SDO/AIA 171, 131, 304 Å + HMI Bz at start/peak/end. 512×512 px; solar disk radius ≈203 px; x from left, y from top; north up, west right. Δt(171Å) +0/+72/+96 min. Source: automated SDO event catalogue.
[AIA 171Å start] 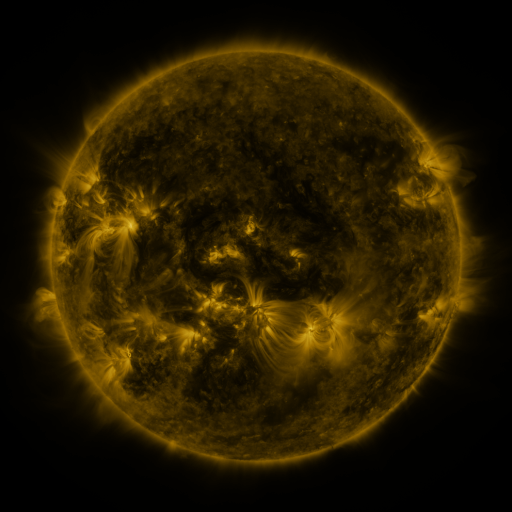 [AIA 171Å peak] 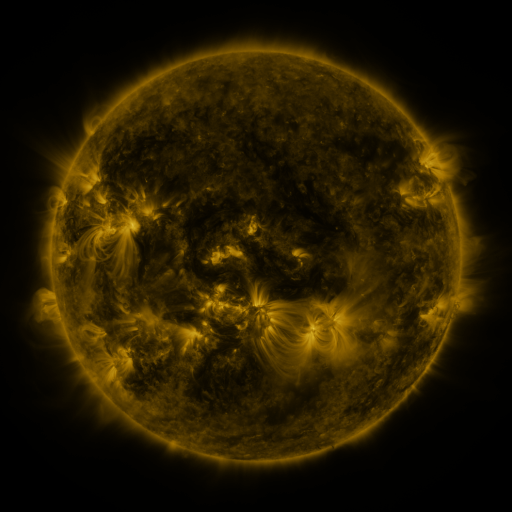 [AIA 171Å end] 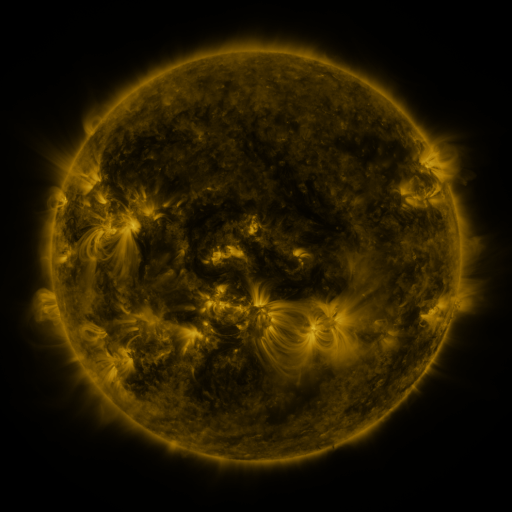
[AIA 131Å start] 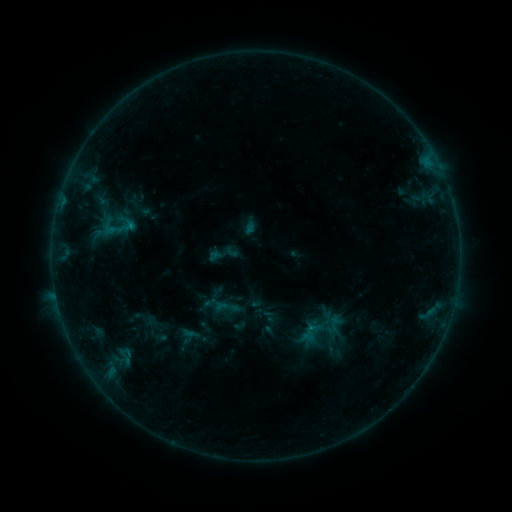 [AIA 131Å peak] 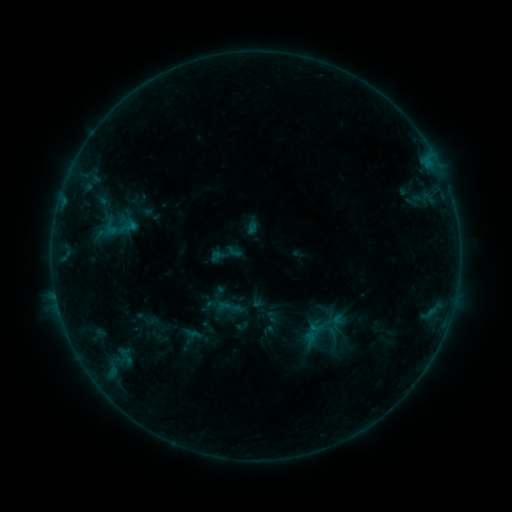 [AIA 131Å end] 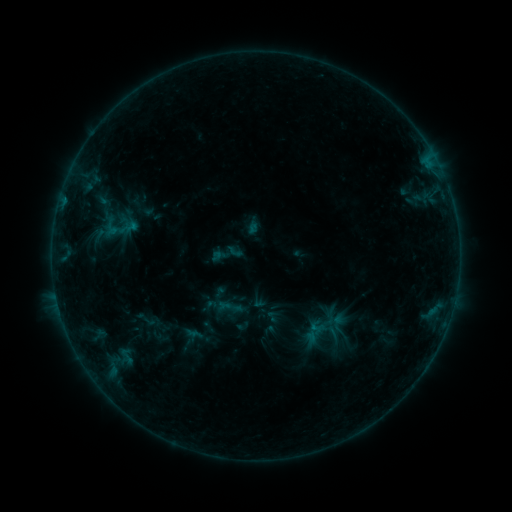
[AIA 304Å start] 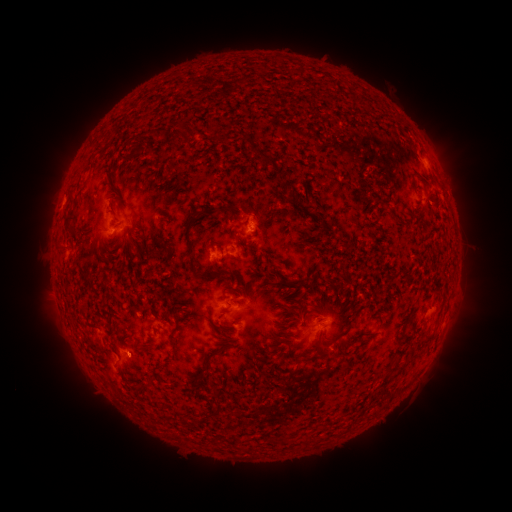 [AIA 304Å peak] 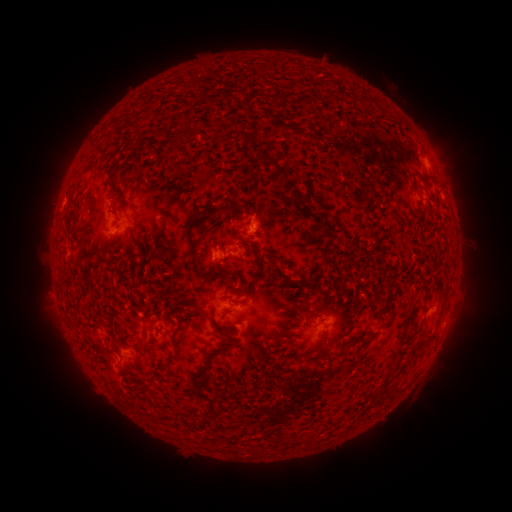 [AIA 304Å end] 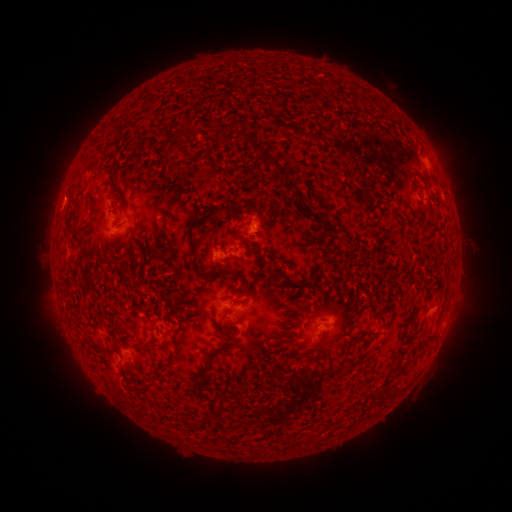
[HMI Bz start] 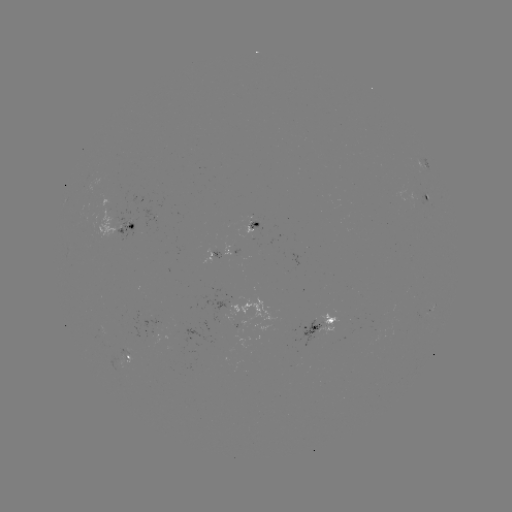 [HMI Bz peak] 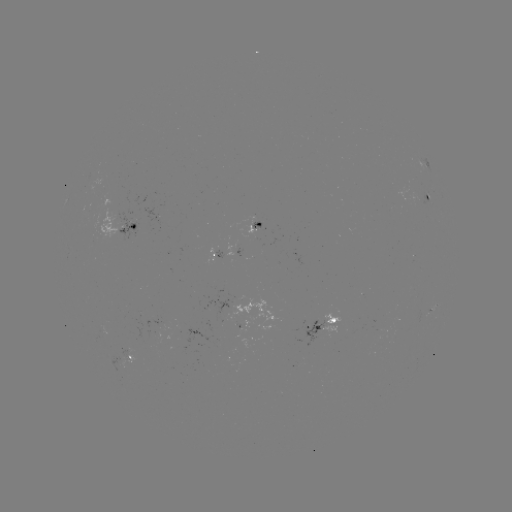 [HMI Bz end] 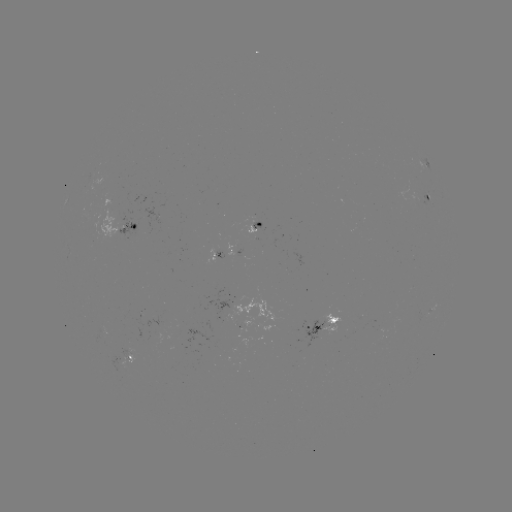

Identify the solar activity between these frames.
emerging-flux region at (145, 317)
